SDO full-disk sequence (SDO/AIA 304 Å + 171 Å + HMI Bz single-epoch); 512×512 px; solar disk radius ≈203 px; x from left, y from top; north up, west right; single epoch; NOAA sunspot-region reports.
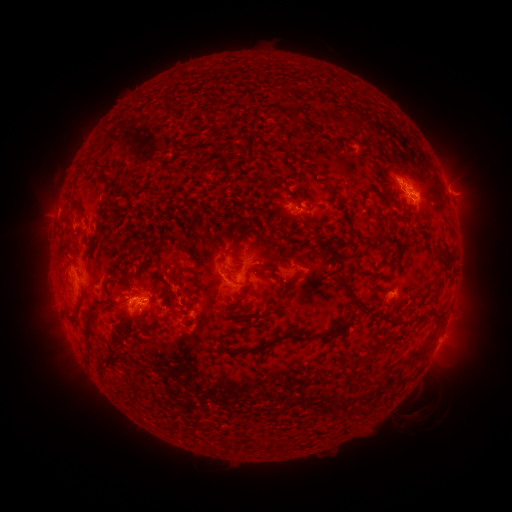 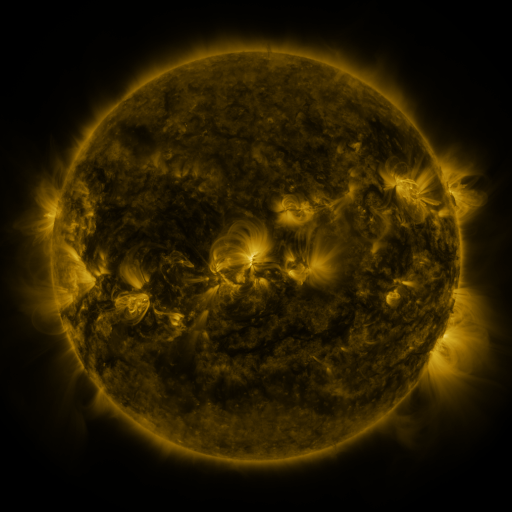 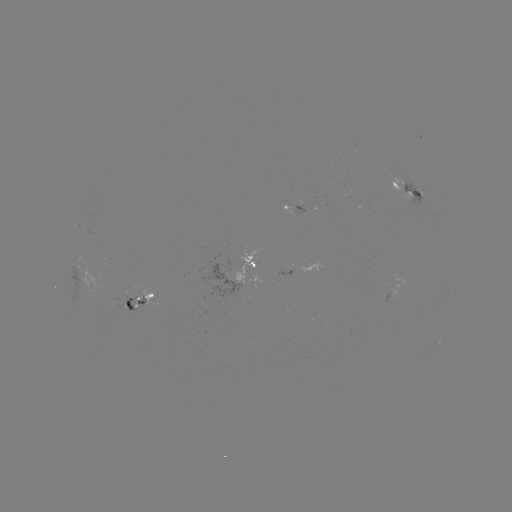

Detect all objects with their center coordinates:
spotted active region: (409, 191)
spotted active region: (447, 191)
spotted active region: (298, 209)
spotted active region: (256, 262)
spotted active region: (74, 272)
spotted active region: (139, 302)
